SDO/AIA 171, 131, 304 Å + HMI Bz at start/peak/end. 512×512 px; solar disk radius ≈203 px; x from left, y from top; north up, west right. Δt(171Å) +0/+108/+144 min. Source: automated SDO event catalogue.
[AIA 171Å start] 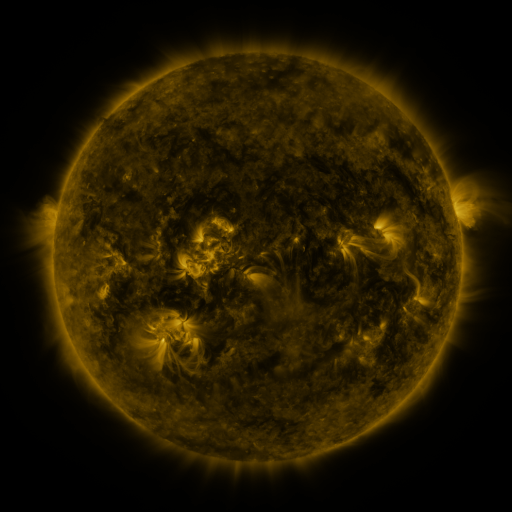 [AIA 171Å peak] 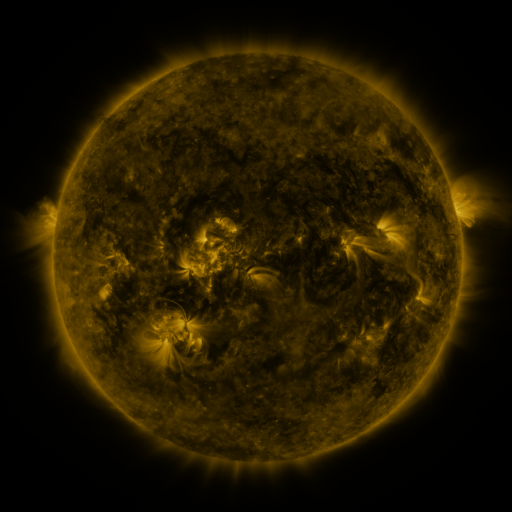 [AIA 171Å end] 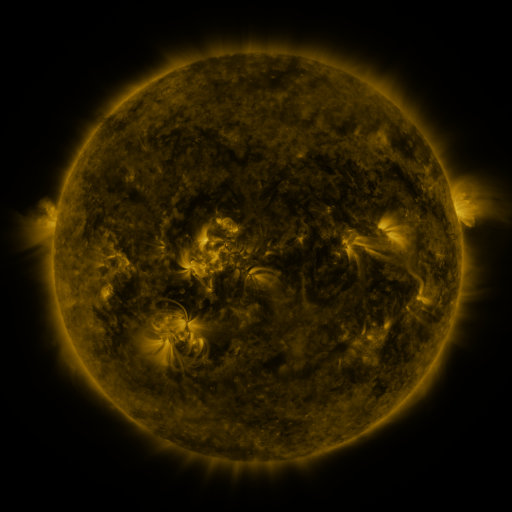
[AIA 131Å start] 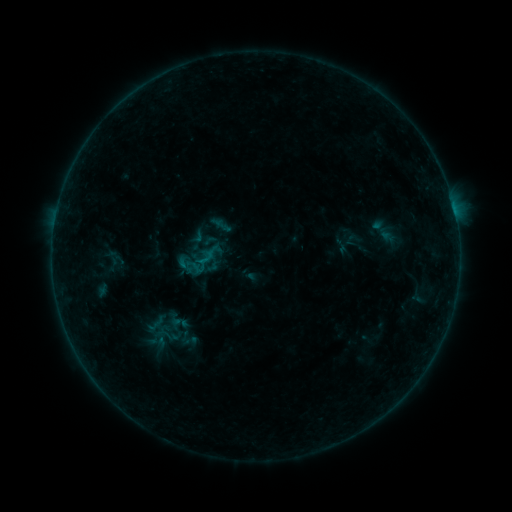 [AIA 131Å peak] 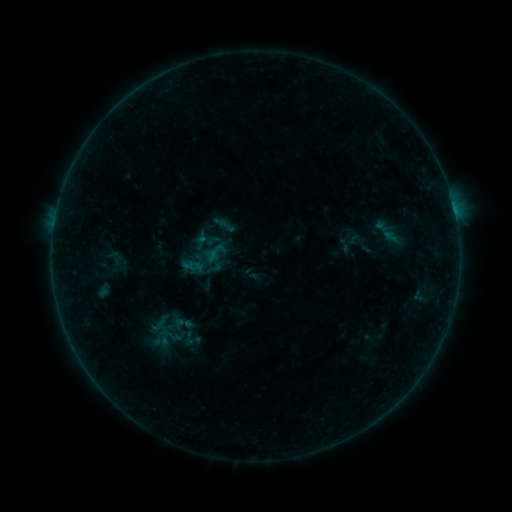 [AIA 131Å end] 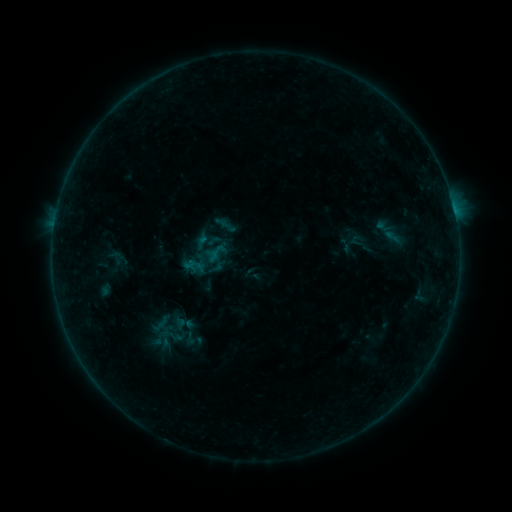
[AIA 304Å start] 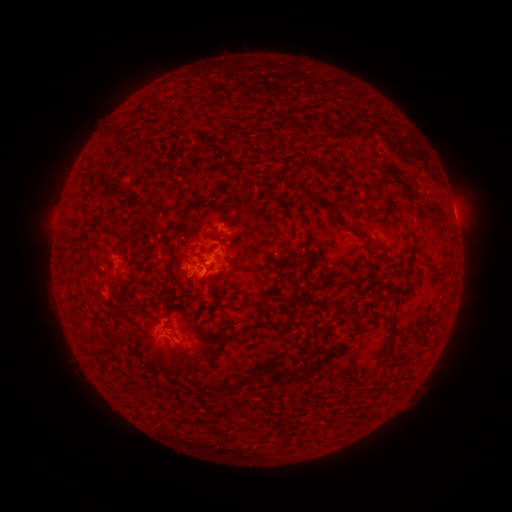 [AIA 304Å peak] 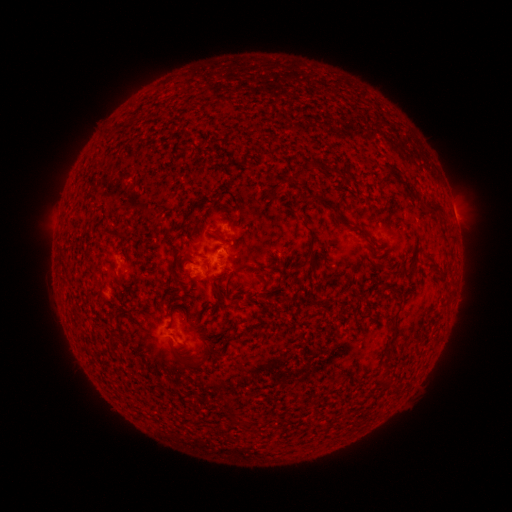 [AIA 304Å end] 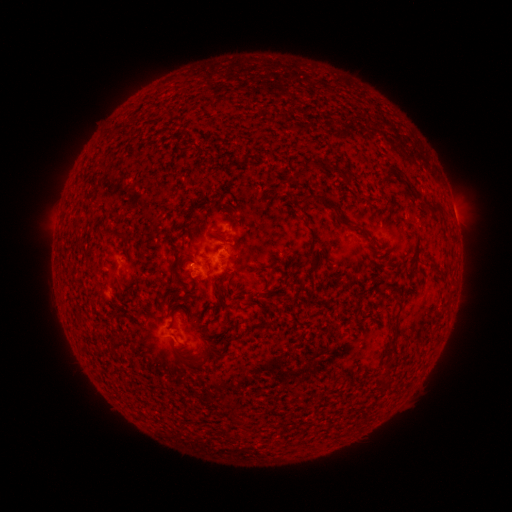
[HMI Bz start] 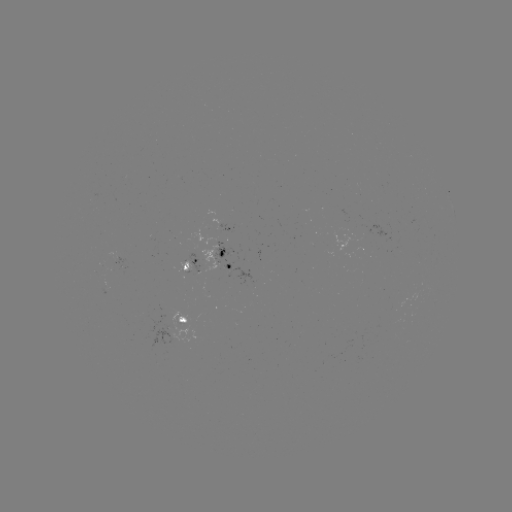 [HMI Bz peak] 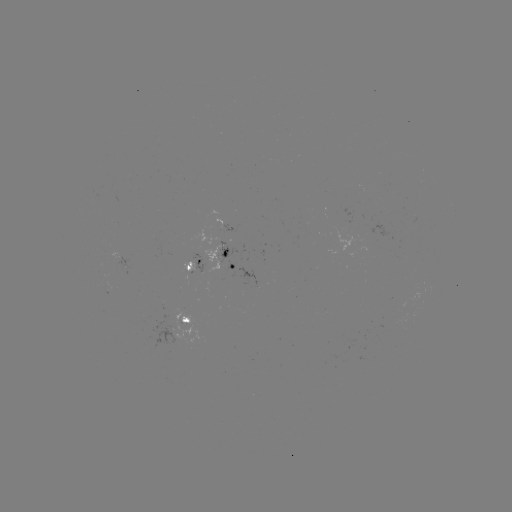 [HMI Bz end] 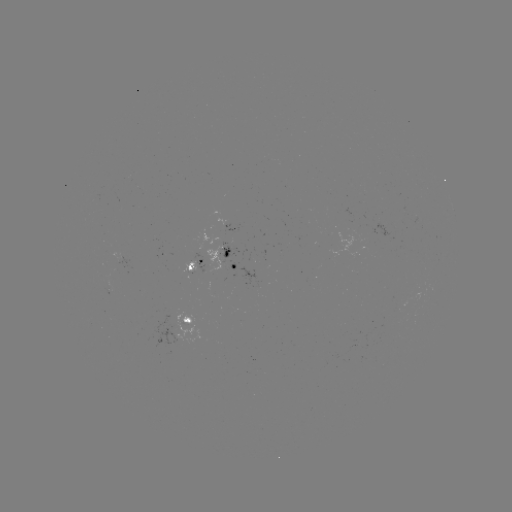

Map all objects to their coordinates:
emerging-flux region: (215, 255)
